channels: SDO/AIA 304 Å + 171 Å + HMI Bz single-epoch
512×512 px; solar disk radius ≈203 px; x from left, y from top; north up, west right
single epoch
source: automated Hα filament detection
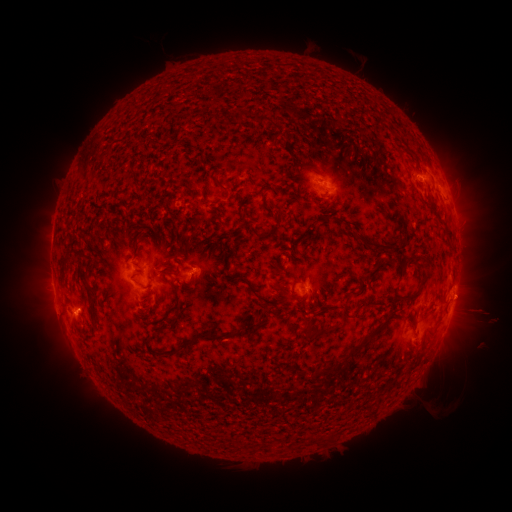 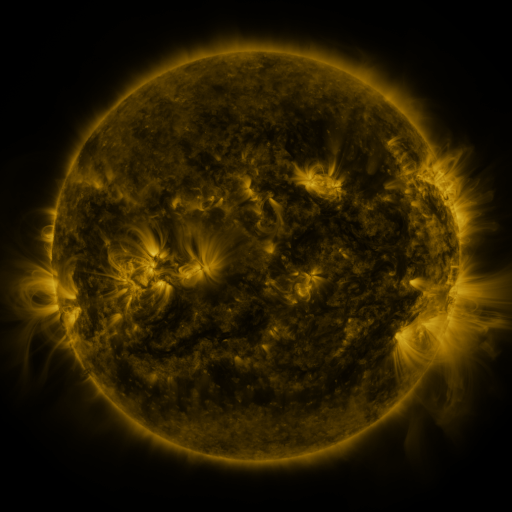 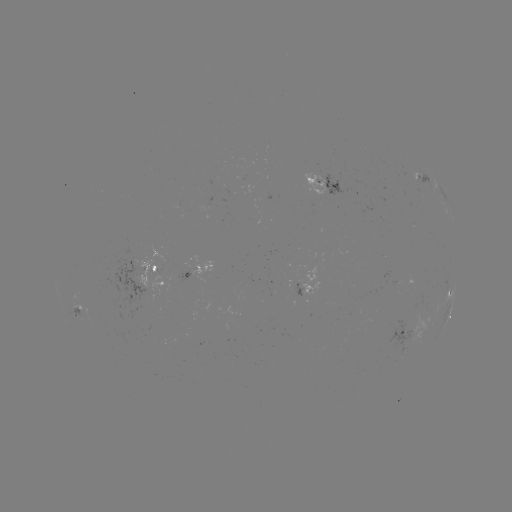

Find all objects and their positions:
filament: (235, 111, 246, 124)
filament: (254, 114, 274, 124)
filament: (224, 130, 239, 143)
filament: (304, 164, 321, 173)
filament: (211, 176, 227, 193)
filament: (185, 185, 197, 195)
filament: (344, 203, 352, 213)
filament: (211, 206, 226, 219)
filament: (250, 226, 270, 238)
filament: (444, 226, 453, 239)
filament: (154, 228, 165, 243)
filament: (354, 231, 400, 250)
filament: (191, 236, 211, 249)
filament: (223, 250, 271, 315)
filament: (419, 252, 435, 267)
filament: (151, 265, 170, 275)
filament: (418, 274, 428, 286)
filament: (83, 276, 99, 323)
filament: (171, 286, 179, 295)
filament: (402, 289, 420, 299)
filament: (140, 293, 161, 321)
filament: (319, 294, 329, 305)
filament: (360, 300, 371, 308)
filament: (176, 303, 189, 316)
filament: (159, 310, 176, 334)
filament: (243, 319, 258, 330)
filament: (298, 319, 314, 332)
filament: (305, 322, 339, 340)
filament: (164, 329, 235, 357)
filament: (348, 329, 376, 355)
filament: (144, 334, 156, 346)
filament: (312, 355, 352, 379)
